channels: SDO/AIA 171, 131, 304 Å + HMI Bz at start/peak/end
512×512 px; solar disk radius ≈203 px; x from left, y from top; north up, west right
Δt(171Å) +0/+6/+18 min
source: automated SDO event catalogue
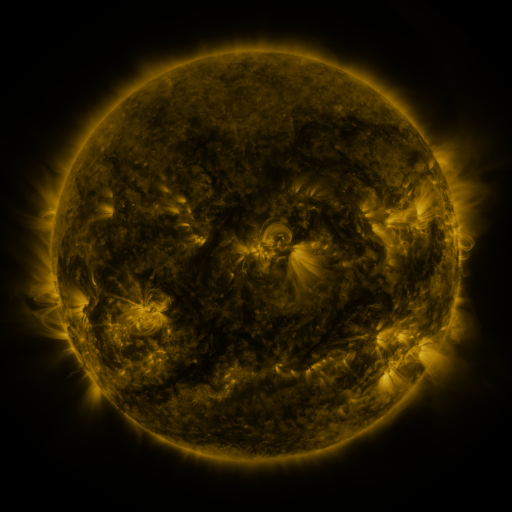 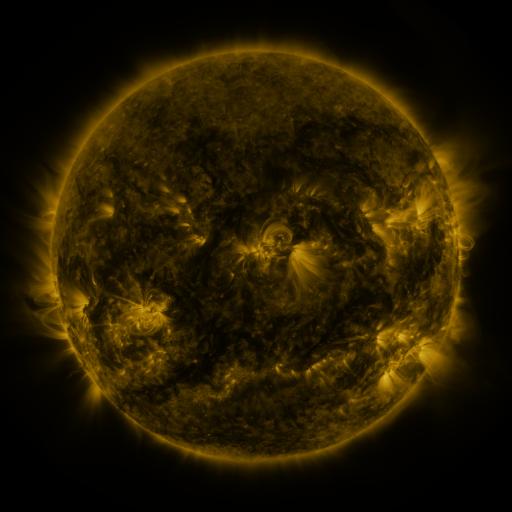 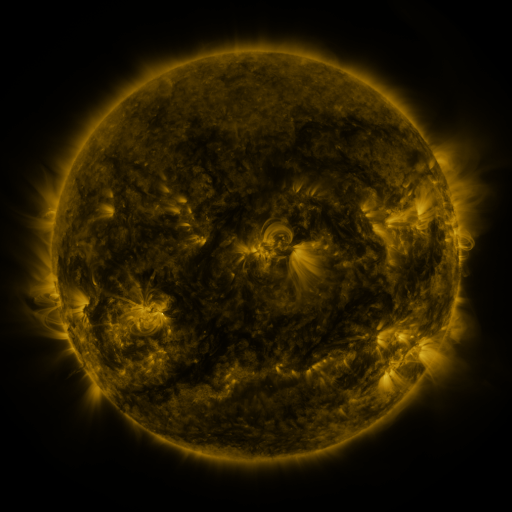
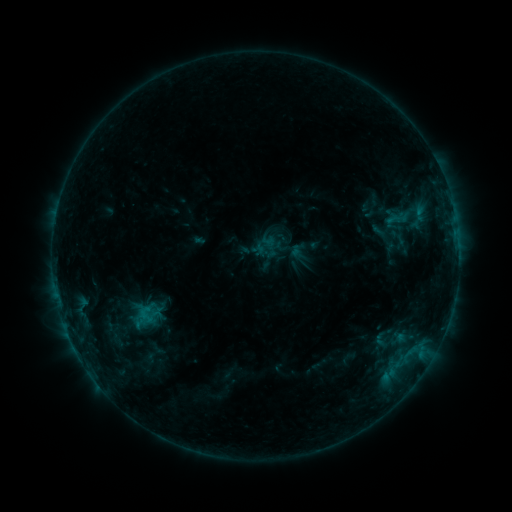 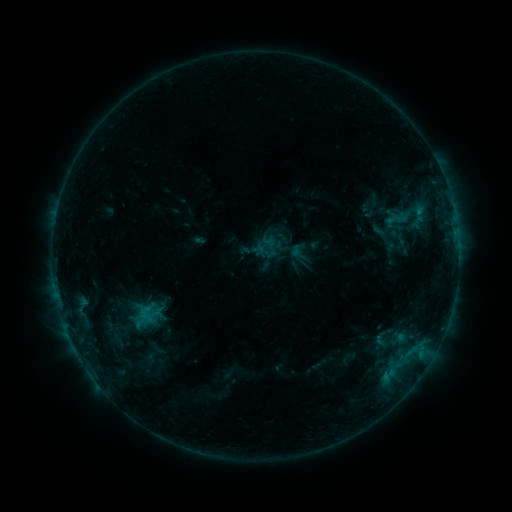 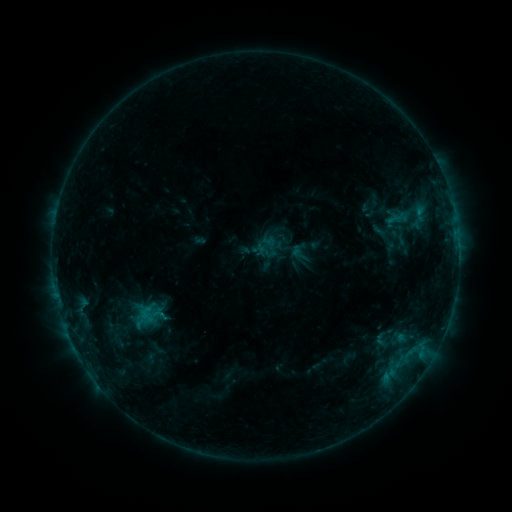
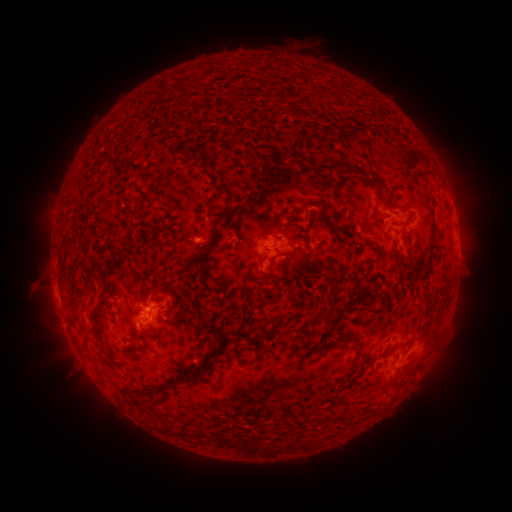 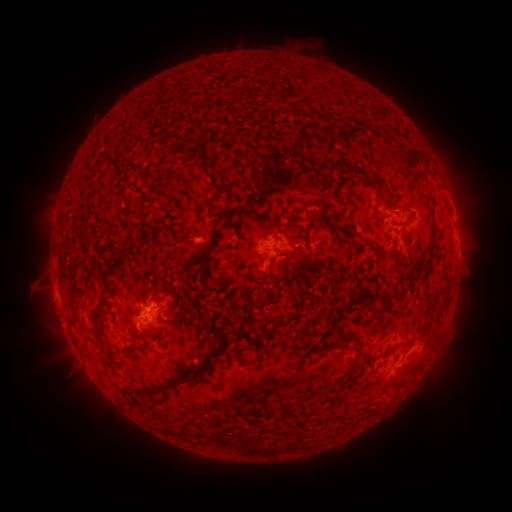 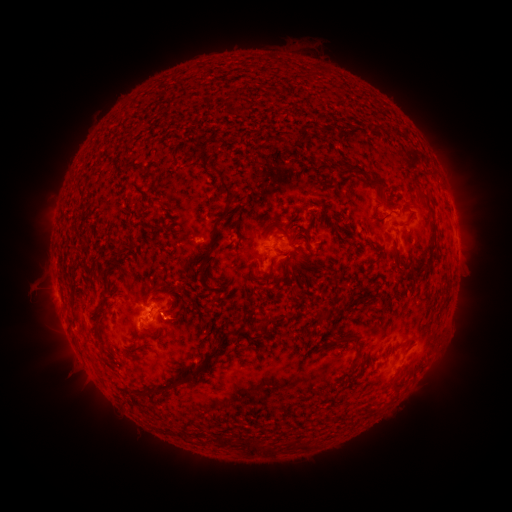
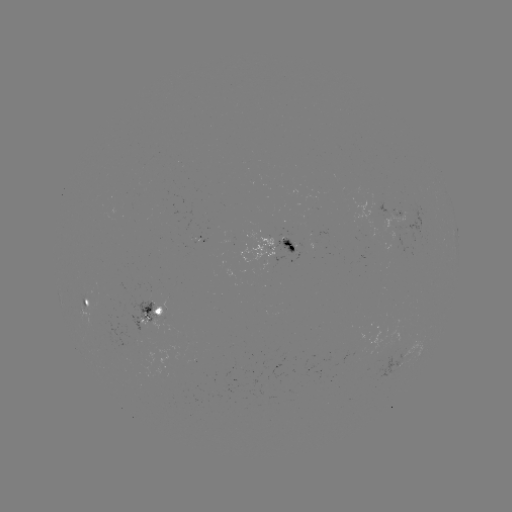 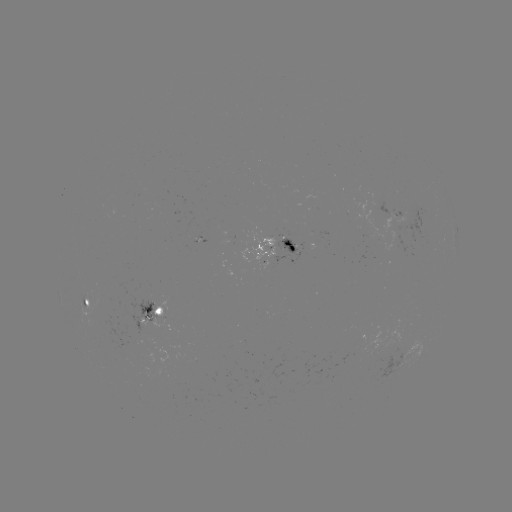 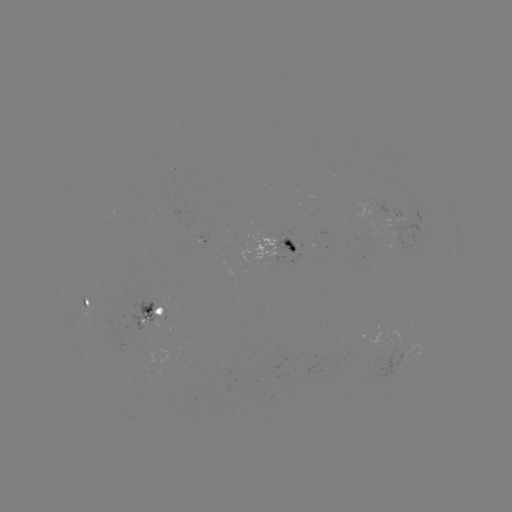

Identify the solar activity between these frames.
no classed flare was catalogued and no EUV brightening was flagged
